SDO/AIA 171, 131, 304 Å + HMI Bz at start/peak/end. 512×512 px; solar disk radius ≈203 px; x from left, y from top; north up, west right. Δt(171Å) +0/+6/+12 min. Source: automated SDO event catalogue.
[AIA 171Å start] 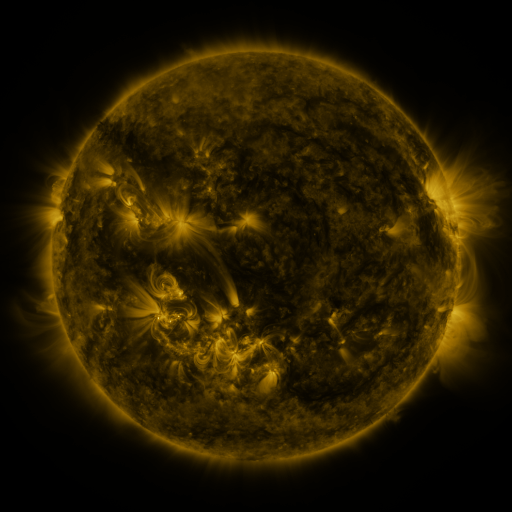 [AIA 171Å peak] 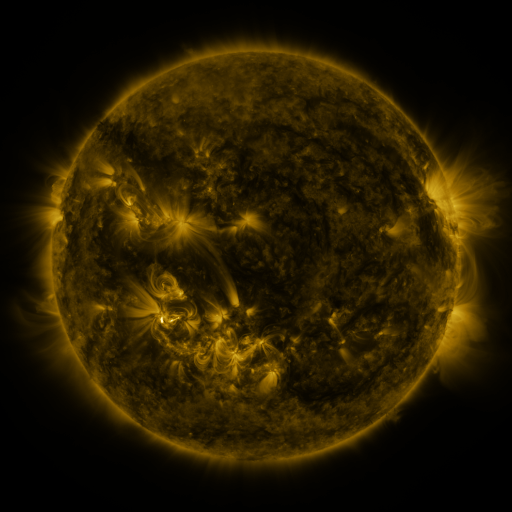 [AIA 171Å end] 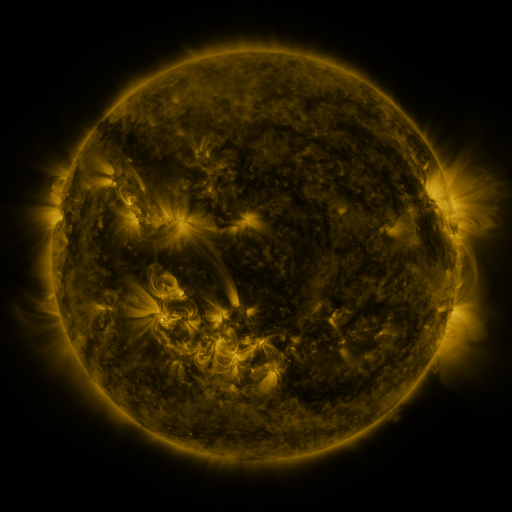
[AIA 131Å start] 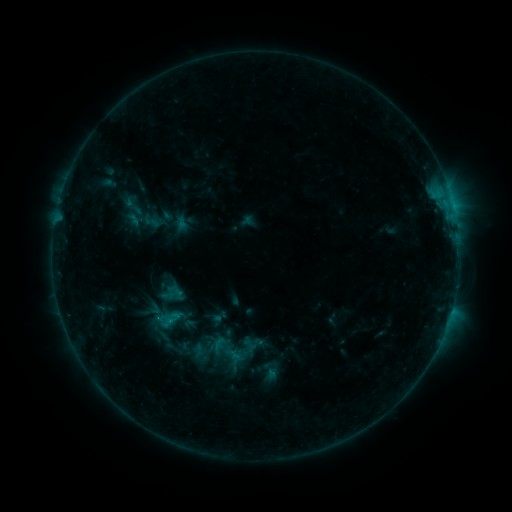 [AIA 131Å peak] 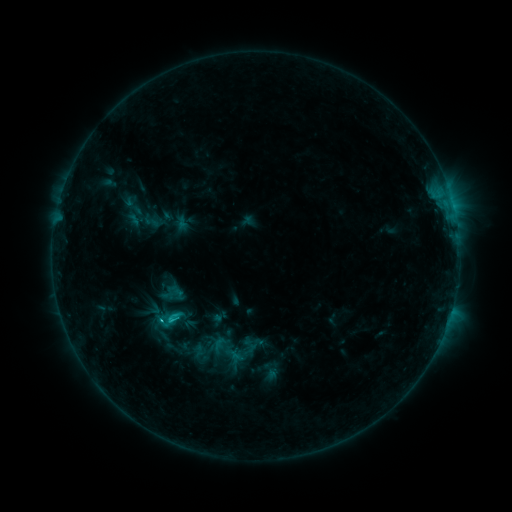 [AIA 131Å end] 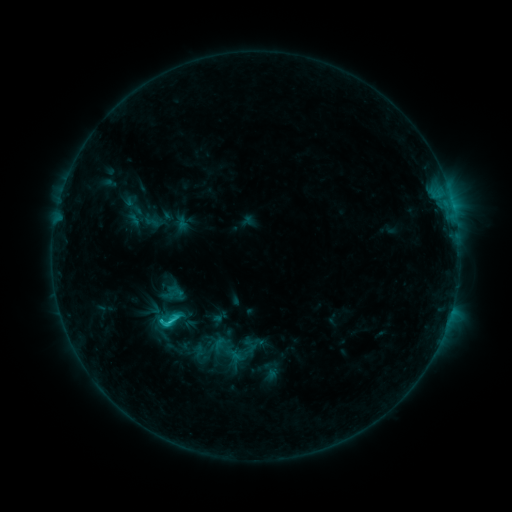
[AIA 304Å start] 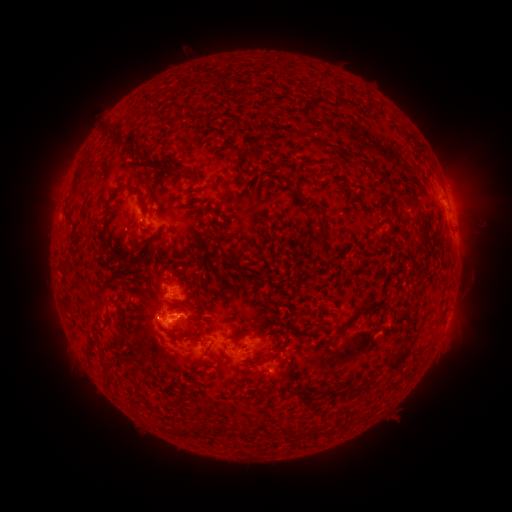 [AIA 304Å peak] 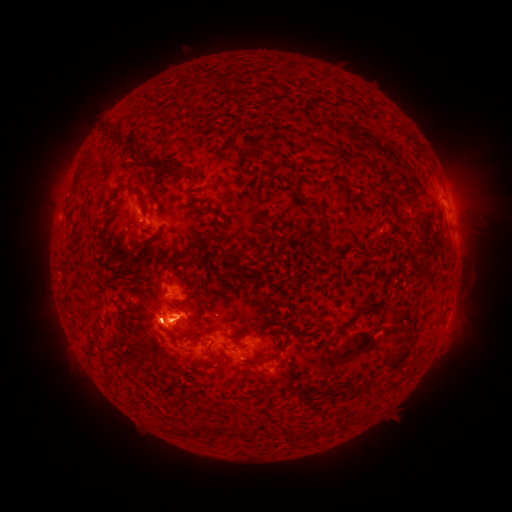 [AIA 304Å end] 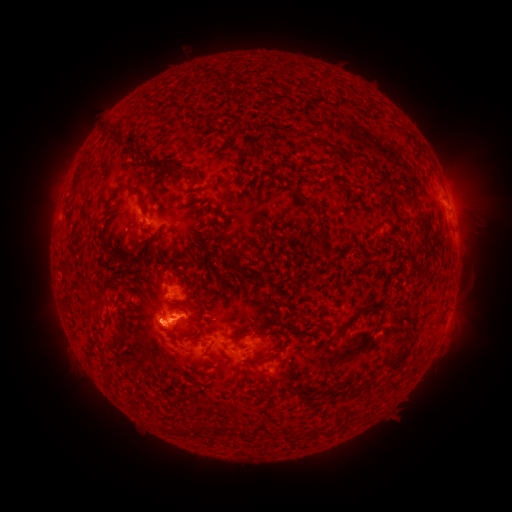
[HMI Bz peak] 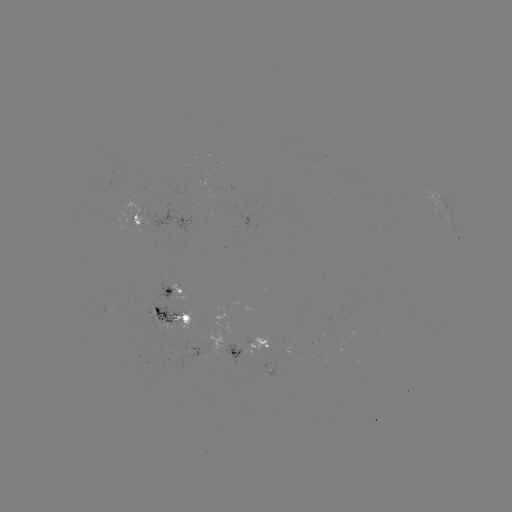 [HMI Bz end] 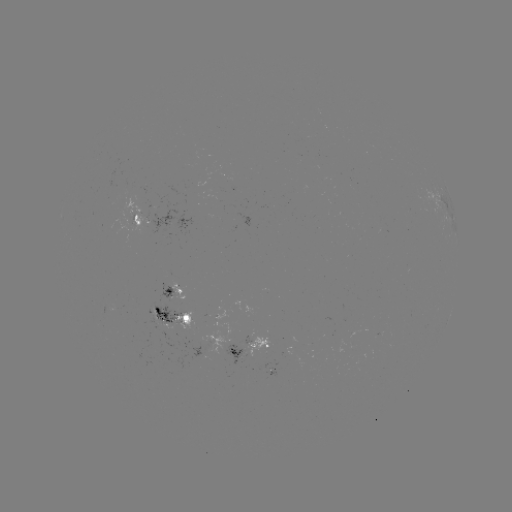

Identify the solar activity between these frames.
eruption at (153, 323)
